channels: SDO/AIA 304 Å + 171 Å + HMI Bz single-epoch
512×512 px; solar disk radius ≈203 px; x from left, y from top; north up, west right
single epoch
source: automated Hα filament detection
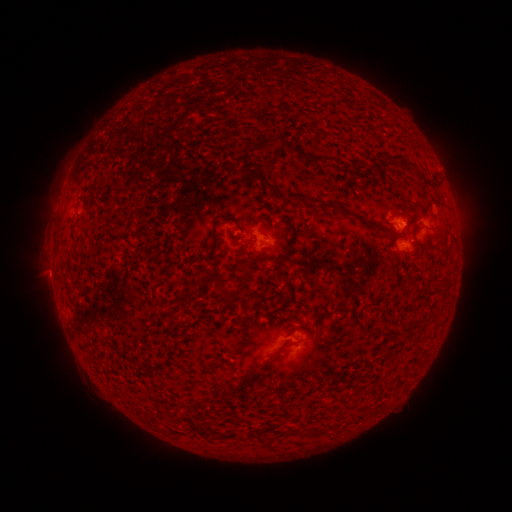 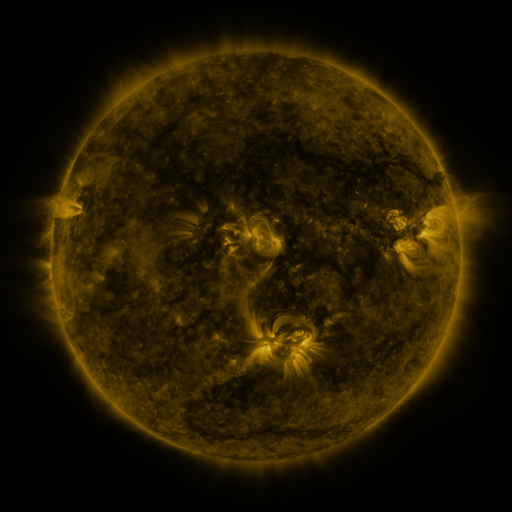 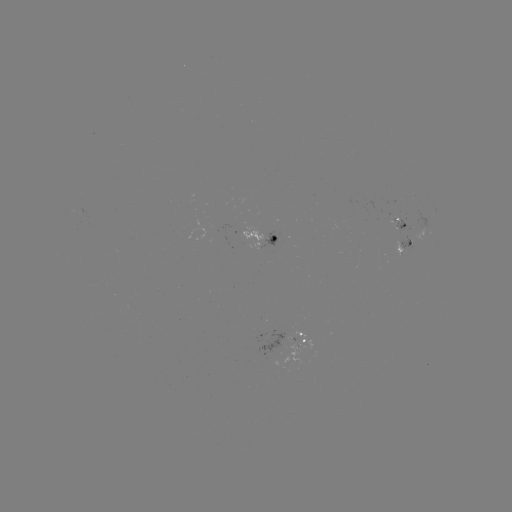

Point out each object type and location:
filament: (266, 142)
filament: (402, 157)
filament: (259, 176)
filament: (294, 195)
filament: (337, 206)
filament: (216, 229)
filament: (388, 232)
filament: (297, 233)
filament: (251, 257)
filament: (285, 350)
filament: (227, 393)
filament: (295, 433)
